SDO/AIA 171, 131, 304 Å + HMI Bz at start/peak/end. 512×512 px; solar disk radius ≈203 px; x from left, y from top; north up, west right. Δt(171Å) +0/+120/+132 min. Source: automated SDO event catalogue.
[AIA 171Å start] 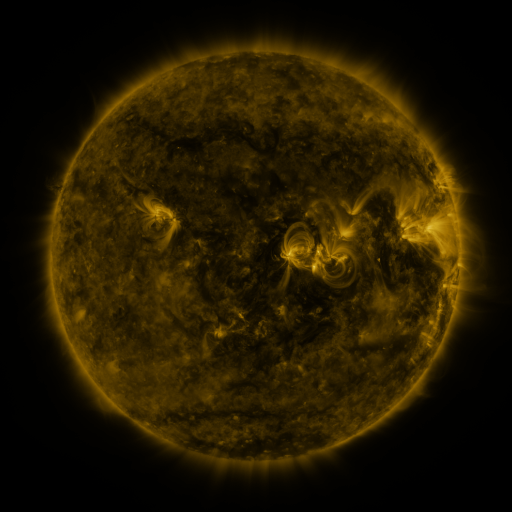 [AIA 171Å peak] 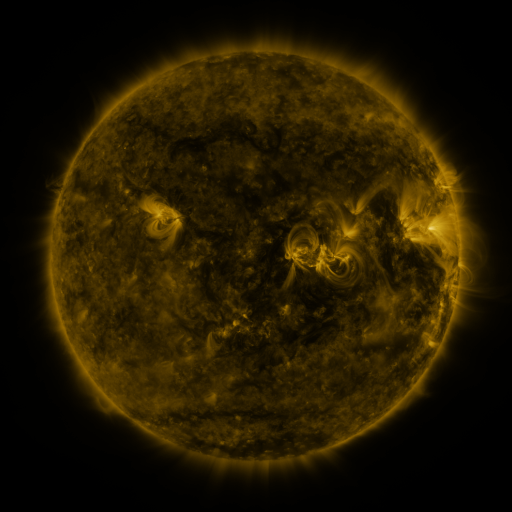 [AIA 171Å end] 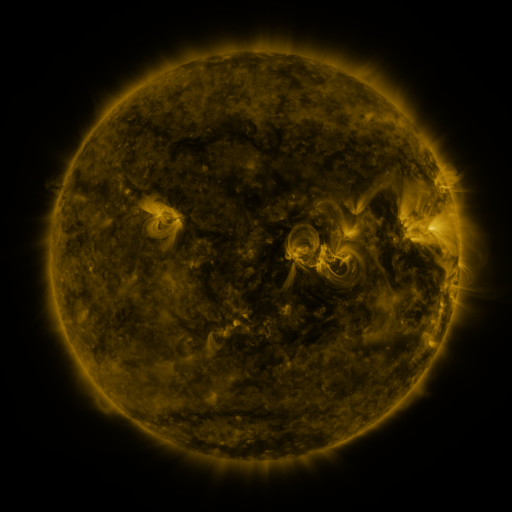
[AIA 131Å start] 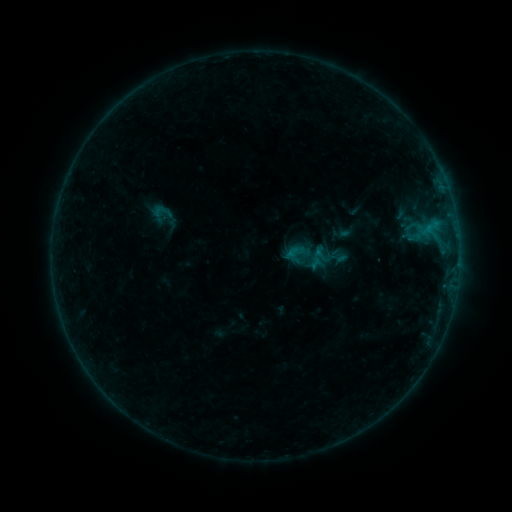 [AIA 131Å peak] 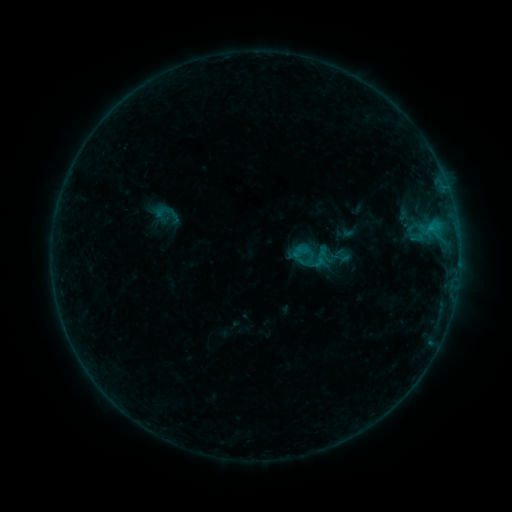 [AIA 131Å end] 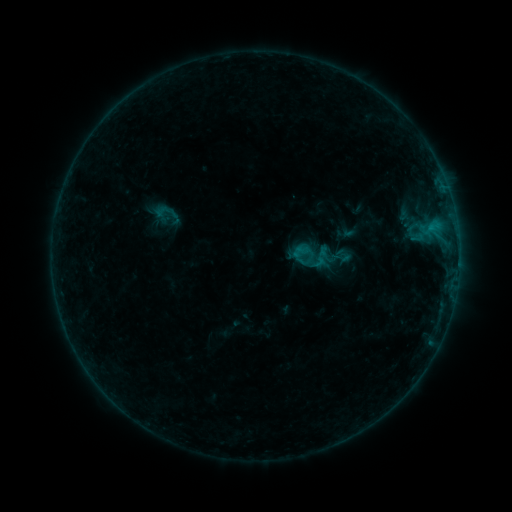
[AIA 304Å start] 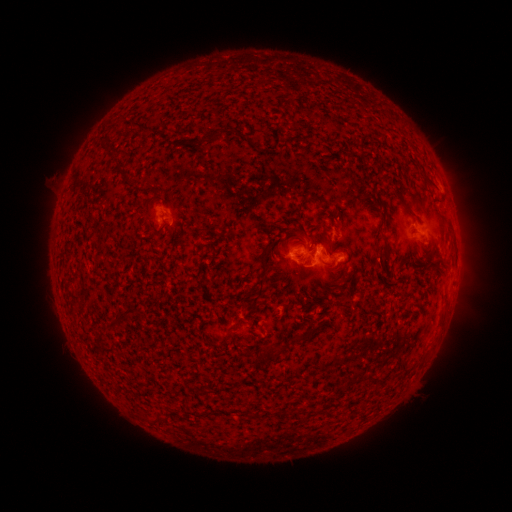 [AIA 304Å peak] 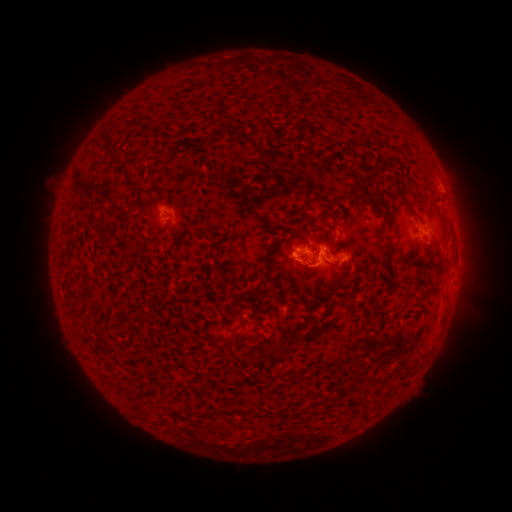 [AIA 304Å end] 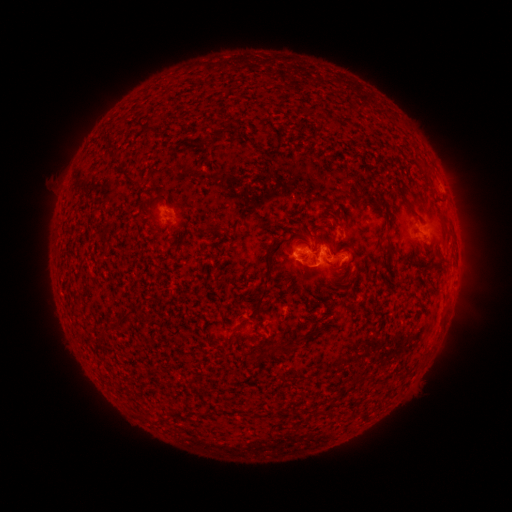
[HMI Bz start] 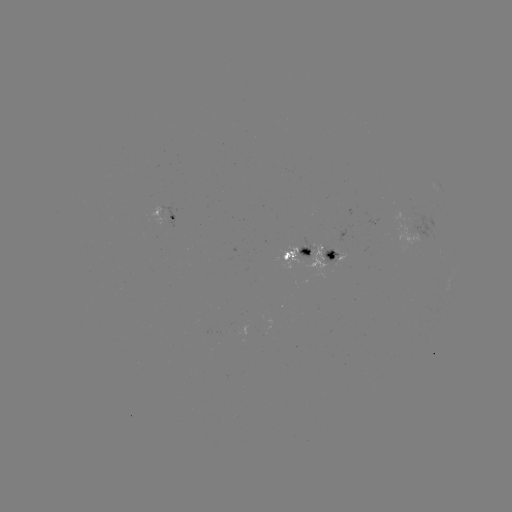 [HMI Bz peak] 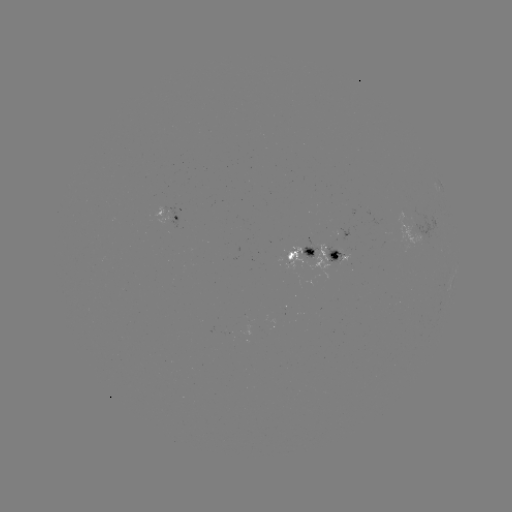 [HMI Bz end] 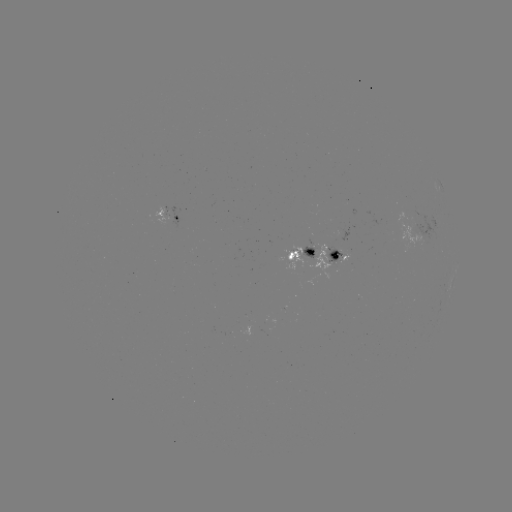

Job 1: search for emerging-flux region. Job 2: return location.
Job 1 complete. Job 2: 312,251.